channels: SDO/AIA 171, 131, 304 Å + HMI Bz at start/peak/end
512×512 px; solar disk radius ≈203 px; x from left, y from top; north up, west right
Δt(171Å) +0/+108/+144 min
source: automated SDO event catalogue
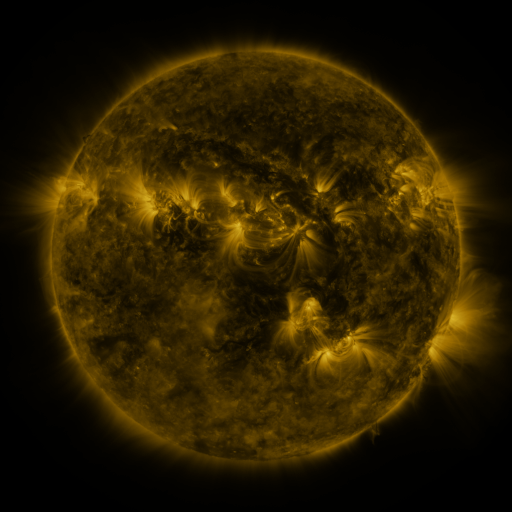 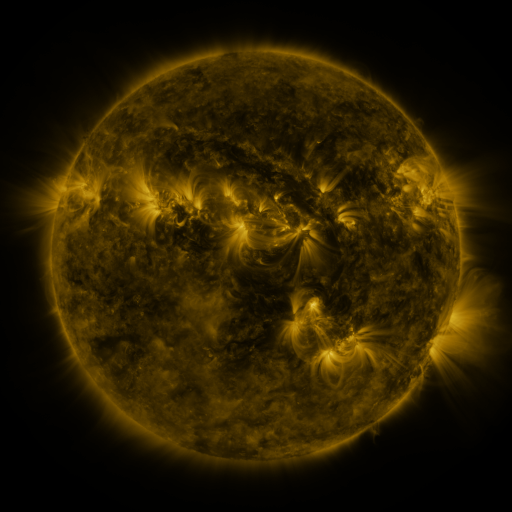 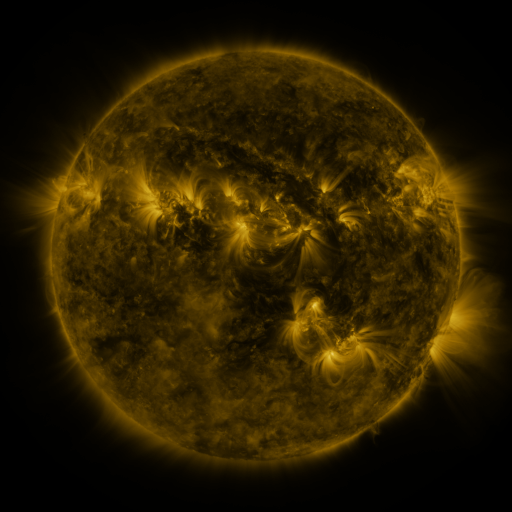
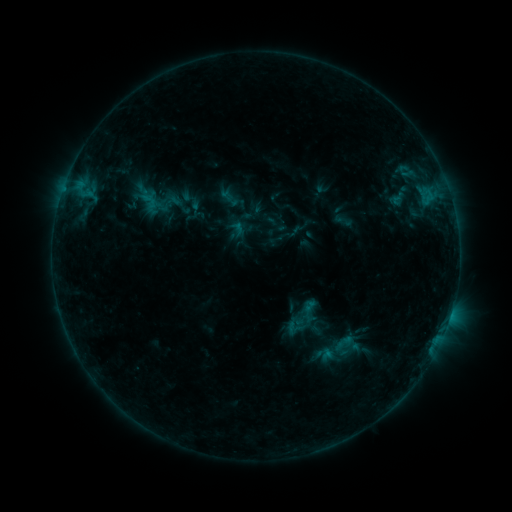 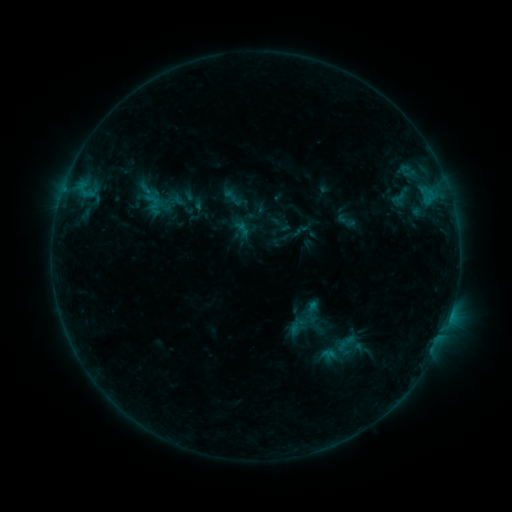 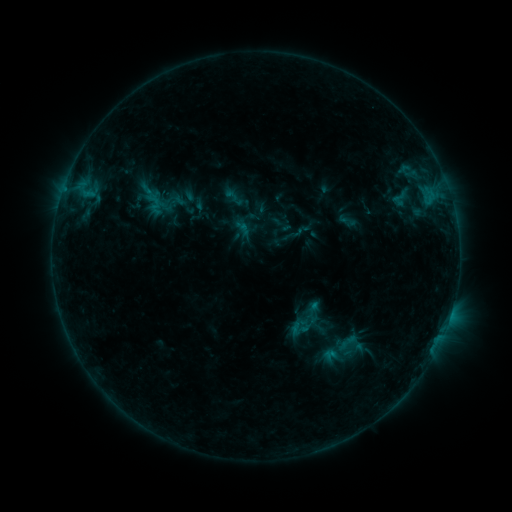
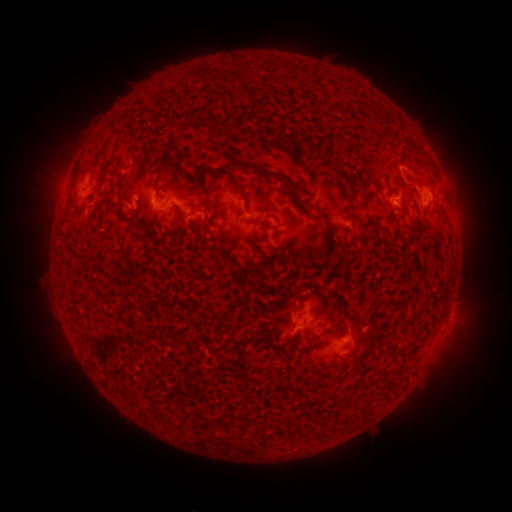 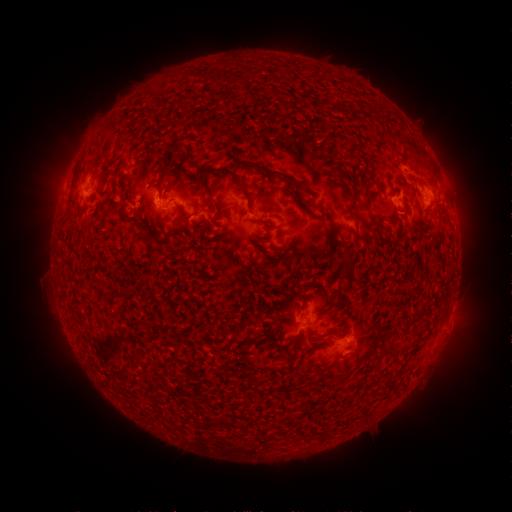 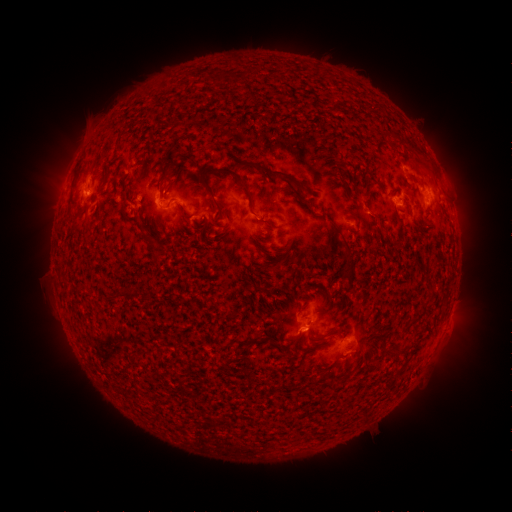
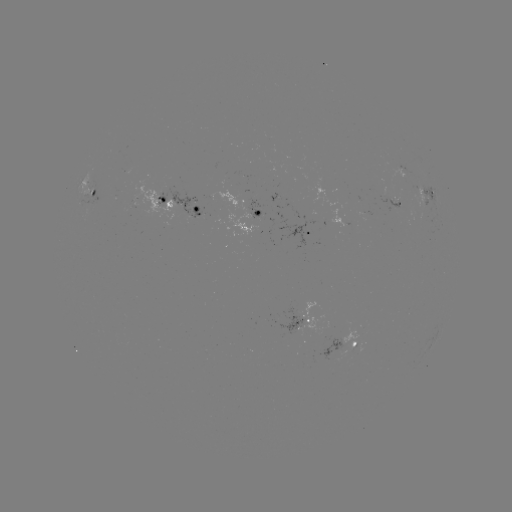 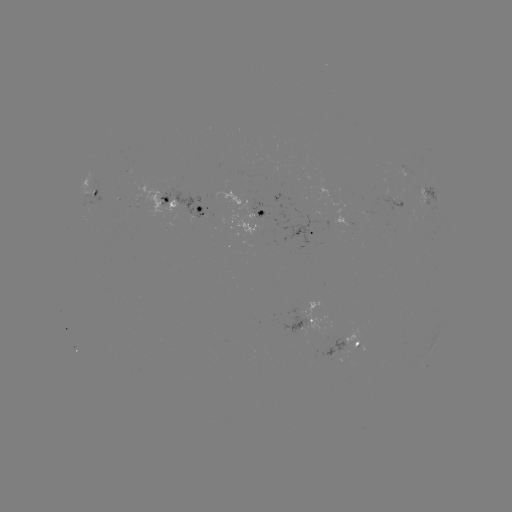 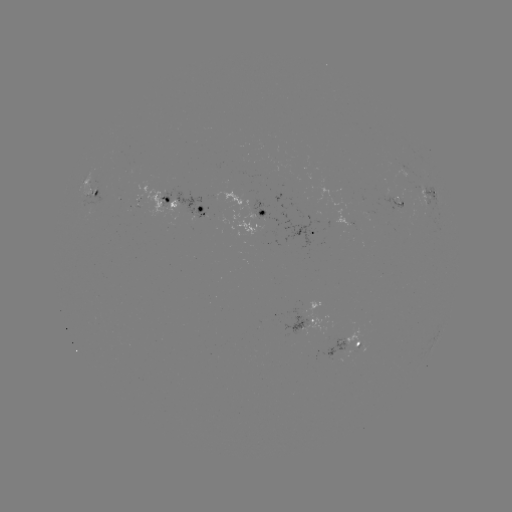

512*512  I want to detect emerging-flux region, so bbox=[331, 209, 355, 228].